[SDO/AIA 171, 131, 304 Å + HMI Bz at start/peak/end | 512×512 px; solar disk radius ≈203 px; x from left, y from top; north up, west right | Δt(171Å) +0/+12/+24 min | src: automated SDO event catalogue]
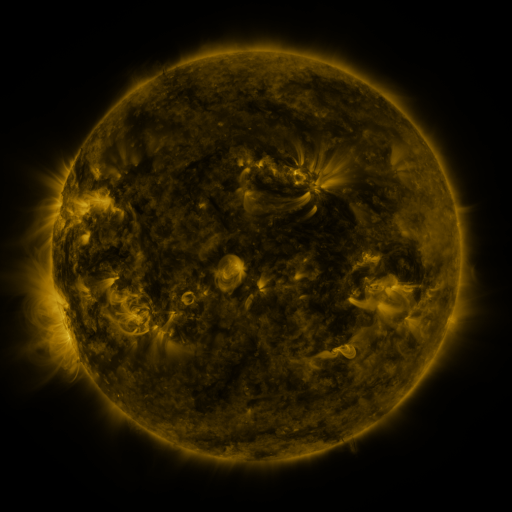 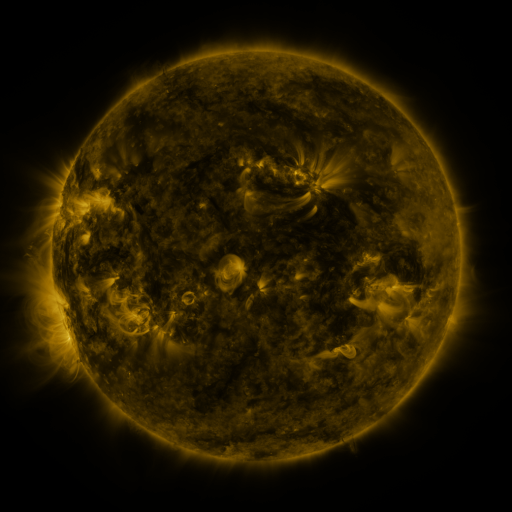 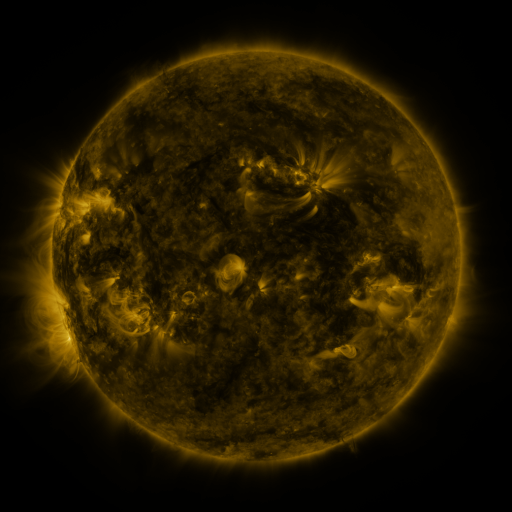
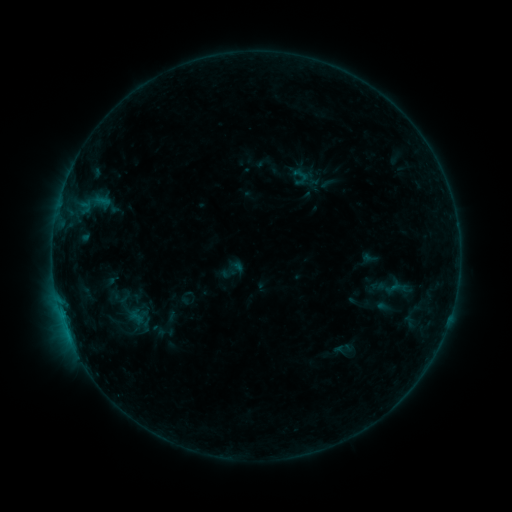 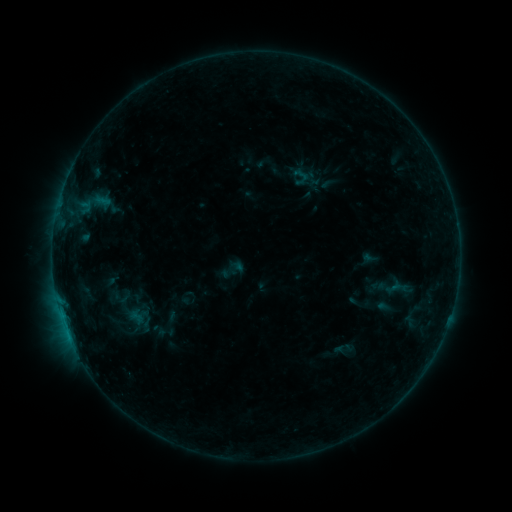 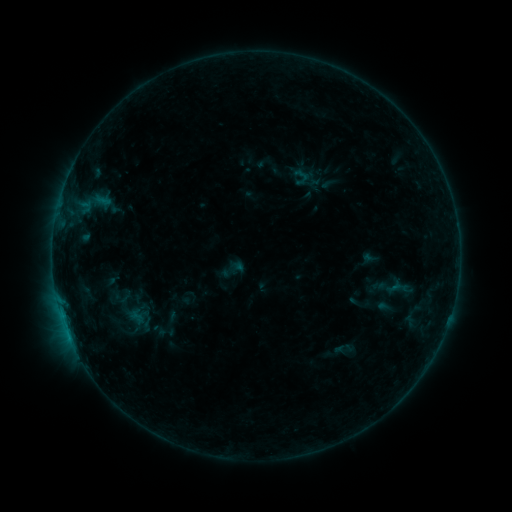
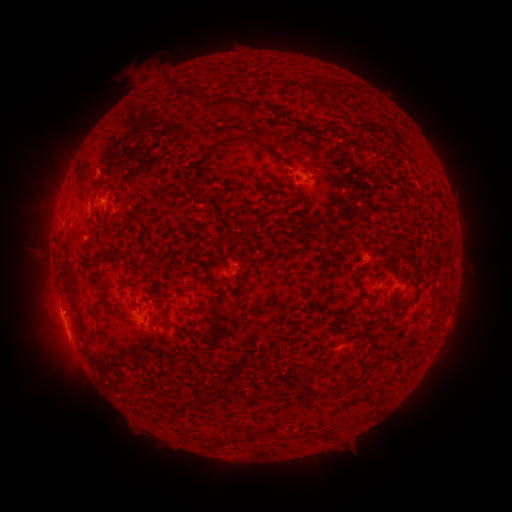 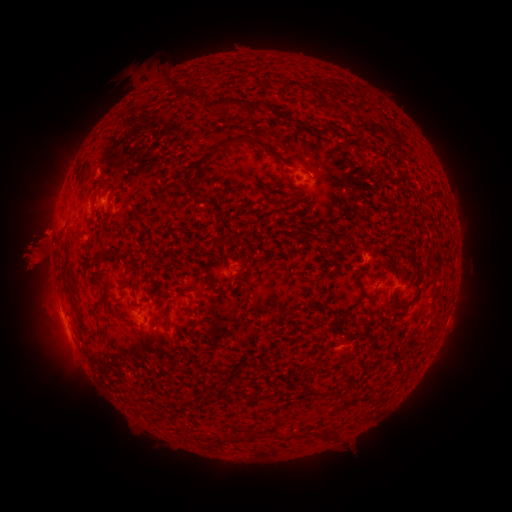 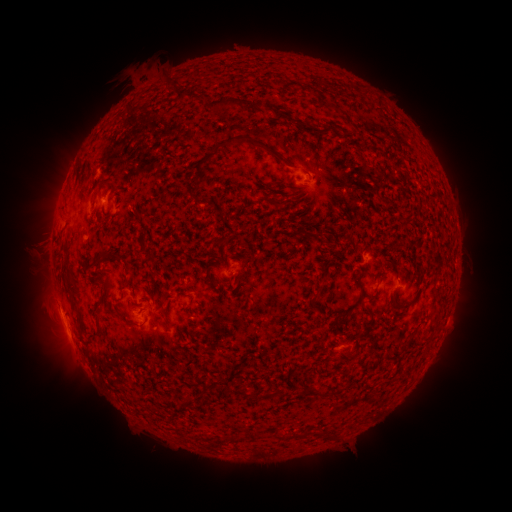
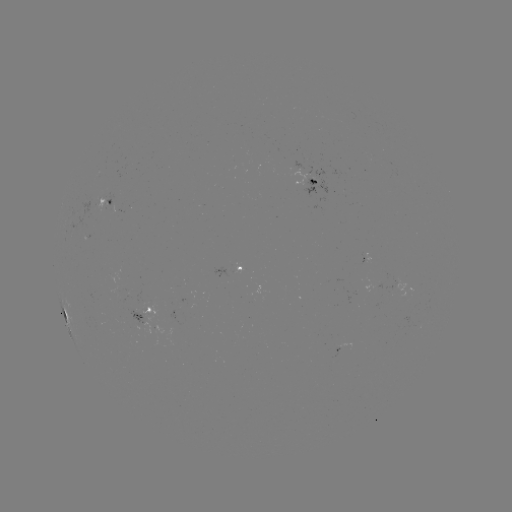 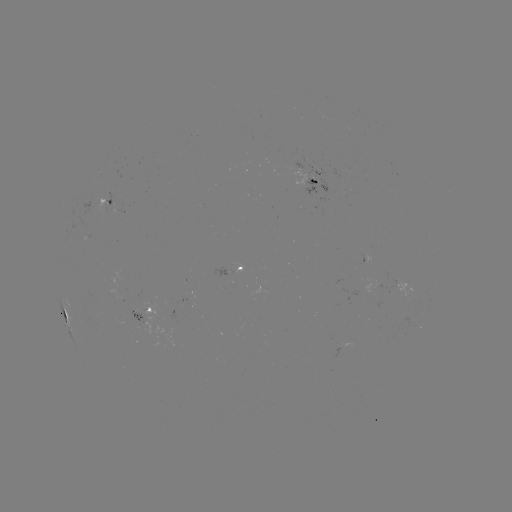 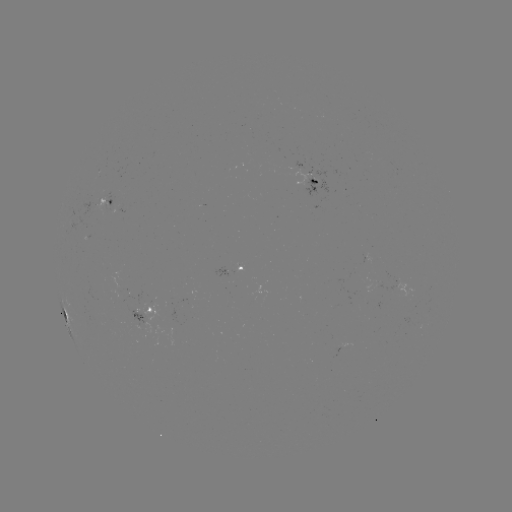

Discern eruption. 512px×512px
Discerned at [36, 244].